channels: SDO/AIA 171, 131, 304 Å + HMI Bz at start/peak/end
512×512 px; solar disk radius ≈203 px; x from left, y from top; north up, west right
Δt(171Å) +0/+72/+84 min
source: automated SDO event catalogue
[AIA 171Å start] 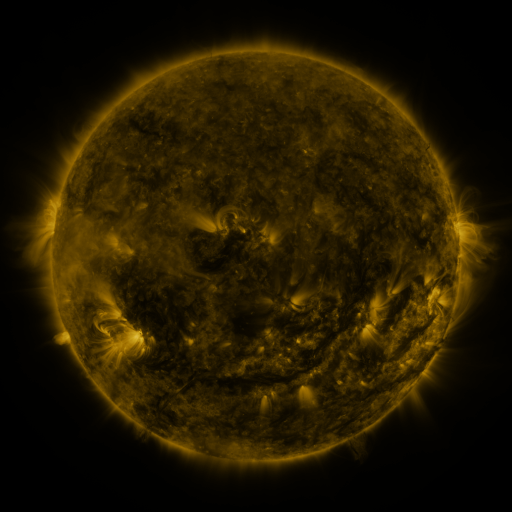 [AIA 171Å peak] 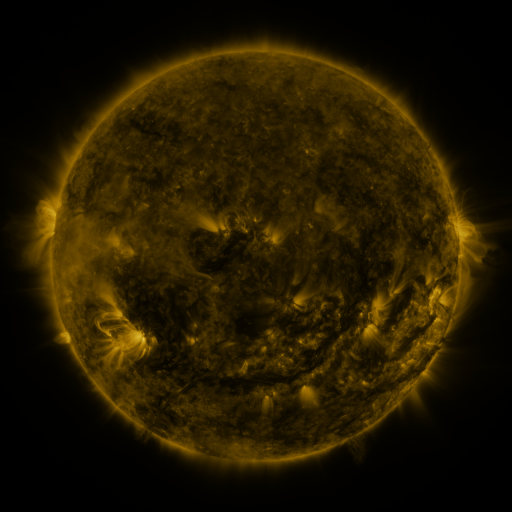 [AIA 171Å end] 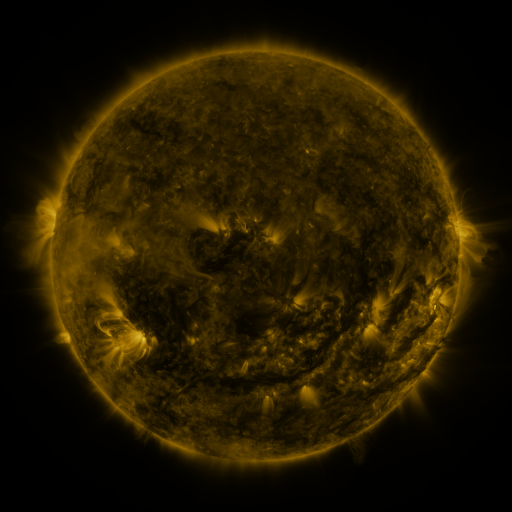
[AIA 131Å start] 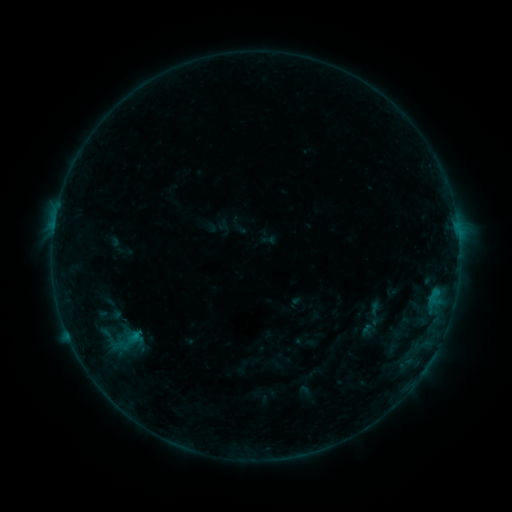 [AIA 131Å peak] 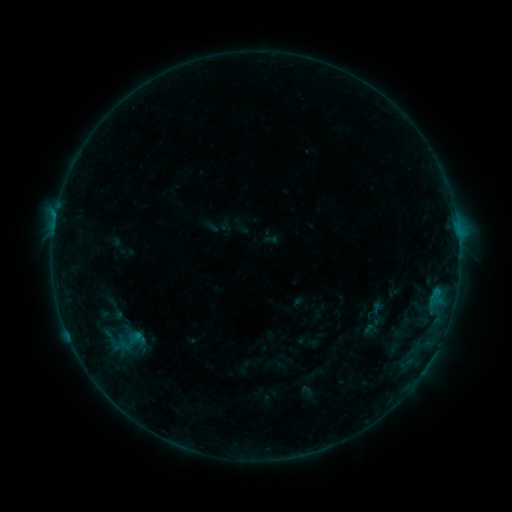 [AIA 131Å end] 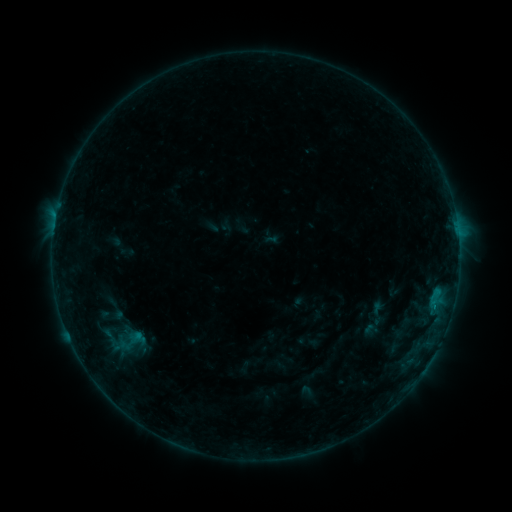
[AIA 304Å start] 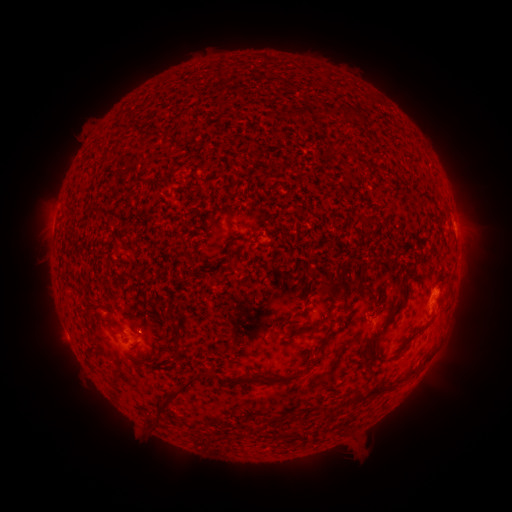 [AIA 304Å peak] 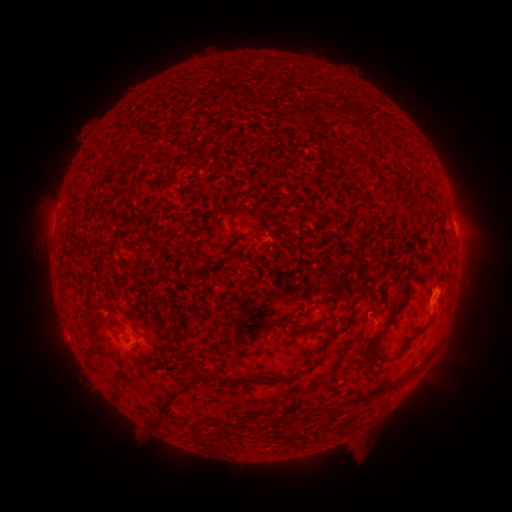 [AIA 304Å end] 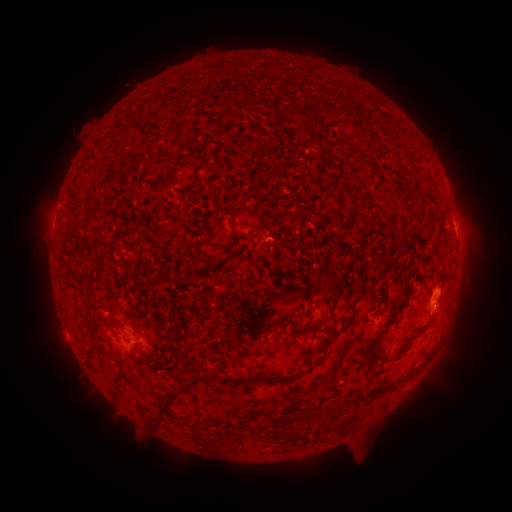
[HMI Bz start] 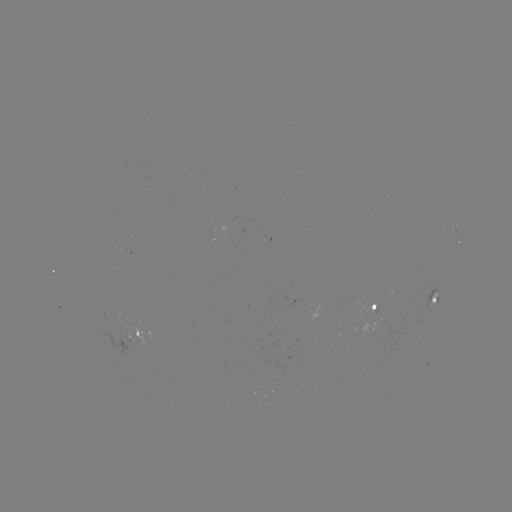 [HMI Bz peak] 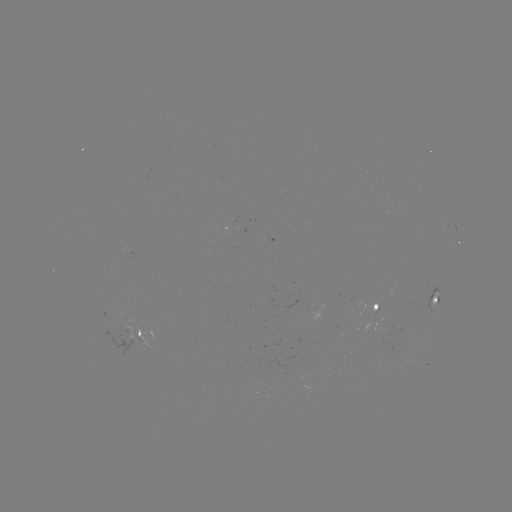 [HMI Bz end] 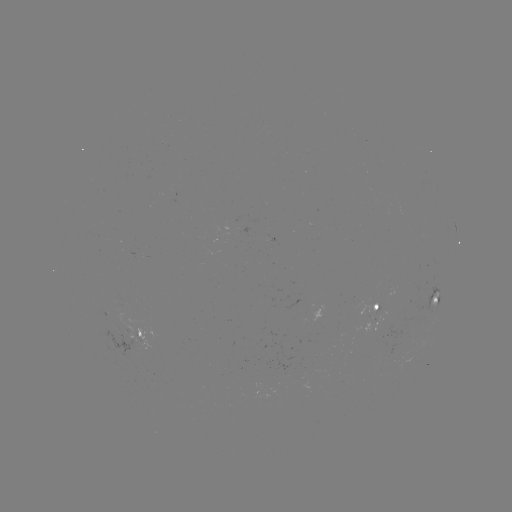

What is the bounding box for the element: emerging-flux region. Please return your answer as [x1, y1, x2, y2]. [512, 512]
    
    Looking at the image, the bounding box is [130, 333, 144, 344].